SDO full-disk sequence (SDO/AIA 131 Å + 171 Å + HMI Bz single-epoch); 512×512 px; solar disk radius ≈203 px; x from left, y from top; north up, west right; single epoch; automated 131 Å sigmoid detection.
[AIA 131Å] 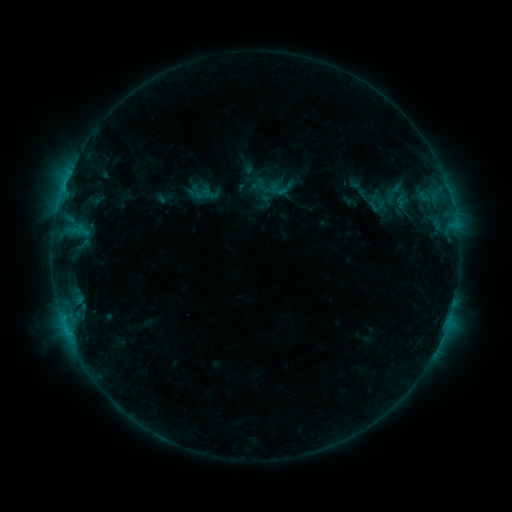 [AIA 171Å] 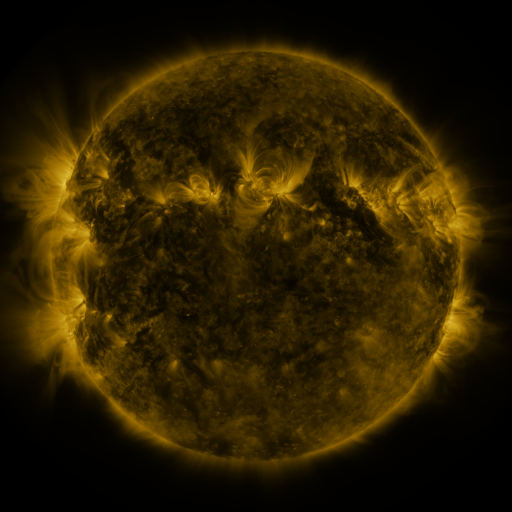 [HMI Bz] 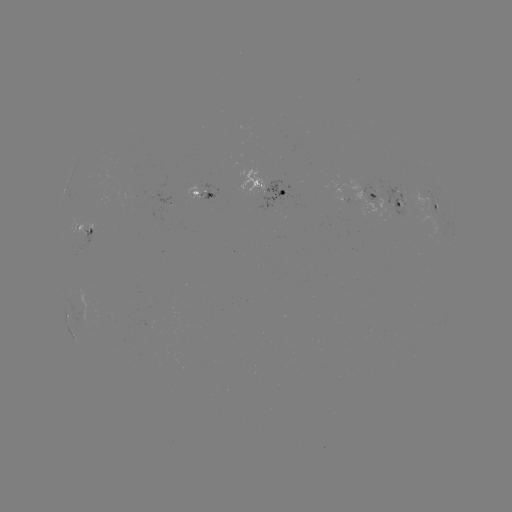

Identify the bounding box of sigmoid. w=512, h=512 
[255, 174, 279, 197].